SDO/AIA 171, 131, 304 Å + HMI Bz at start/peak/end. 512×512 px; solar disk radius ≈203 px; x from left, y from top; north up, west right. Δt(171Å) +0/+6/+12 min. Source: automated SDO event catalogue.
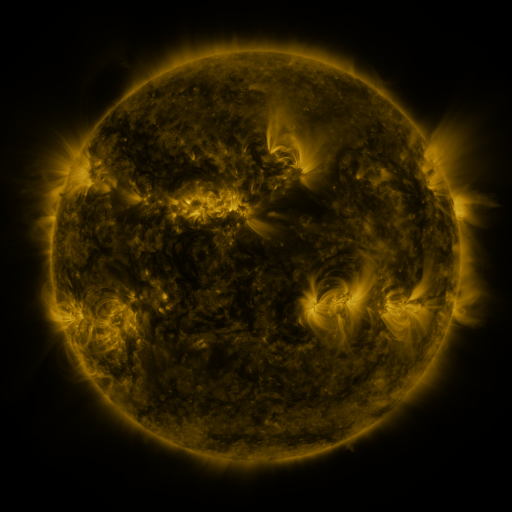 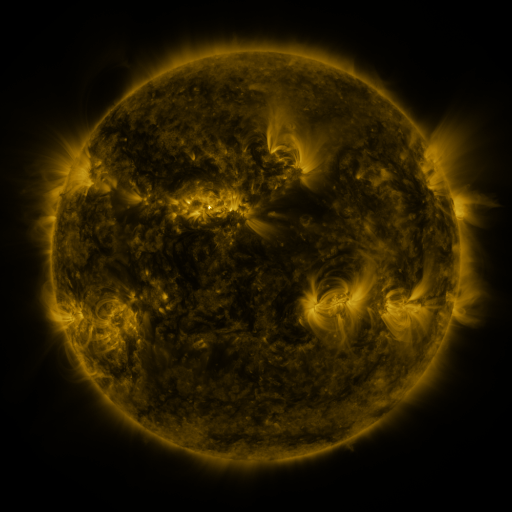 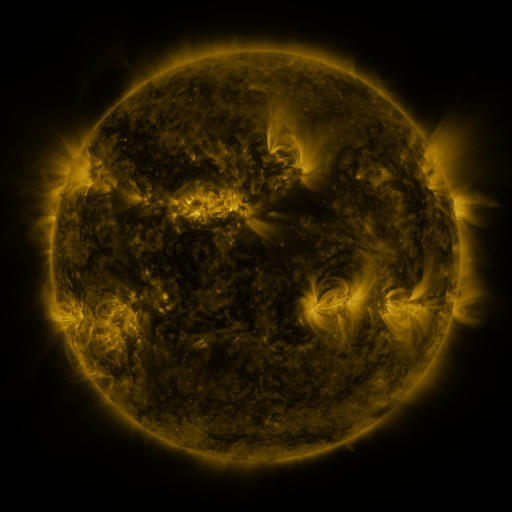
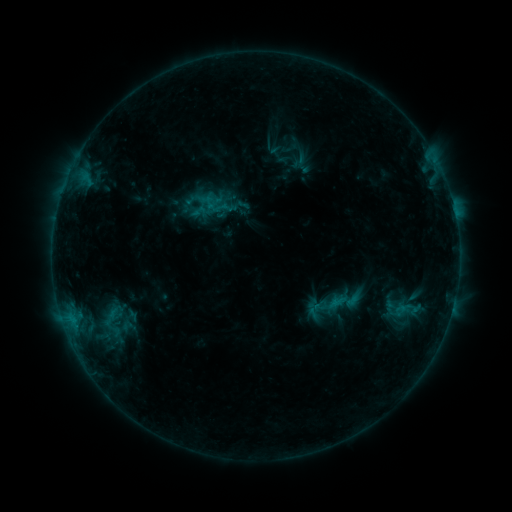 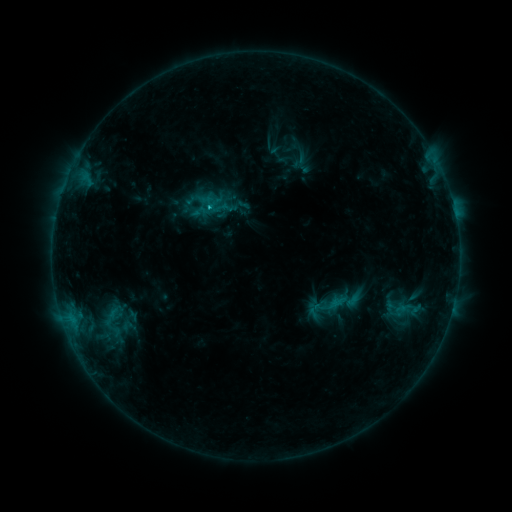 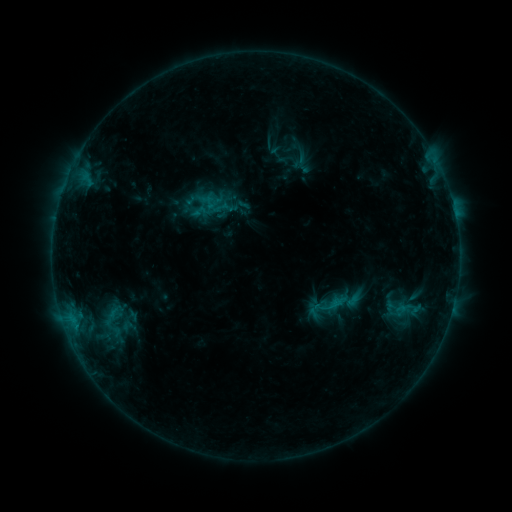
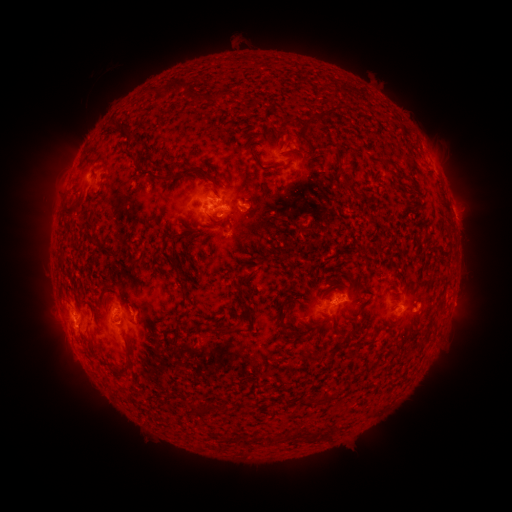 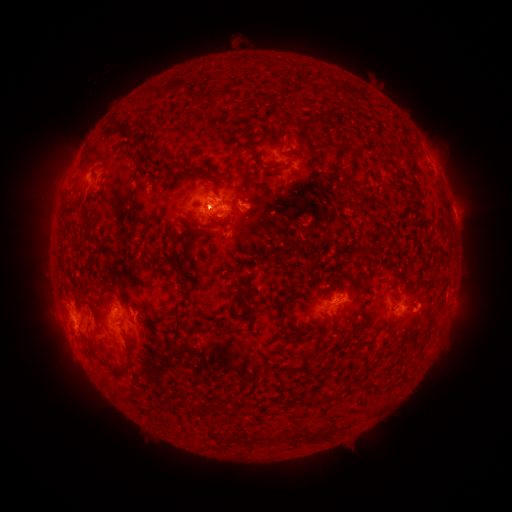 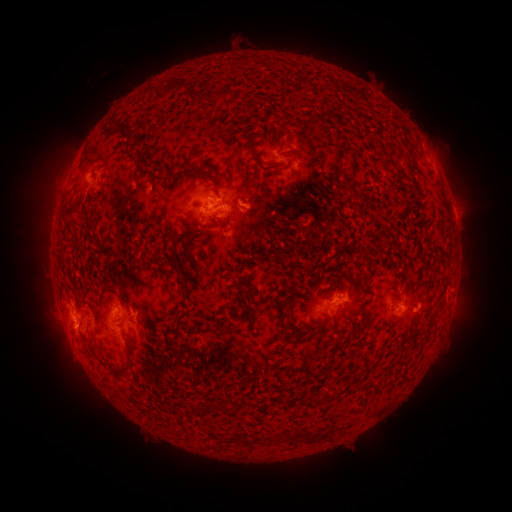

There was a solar flare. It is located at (210, 209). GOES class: C1.0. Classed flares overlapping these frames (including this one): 1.